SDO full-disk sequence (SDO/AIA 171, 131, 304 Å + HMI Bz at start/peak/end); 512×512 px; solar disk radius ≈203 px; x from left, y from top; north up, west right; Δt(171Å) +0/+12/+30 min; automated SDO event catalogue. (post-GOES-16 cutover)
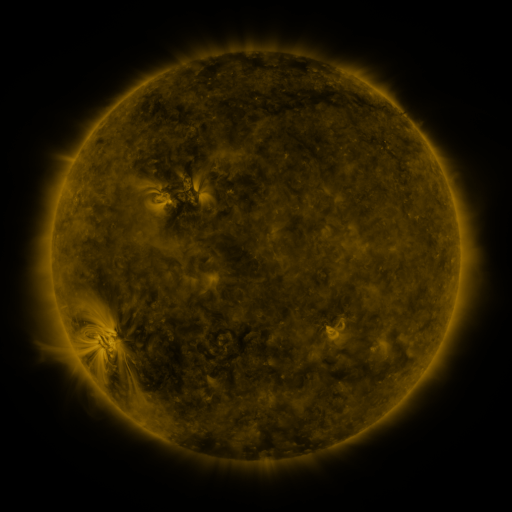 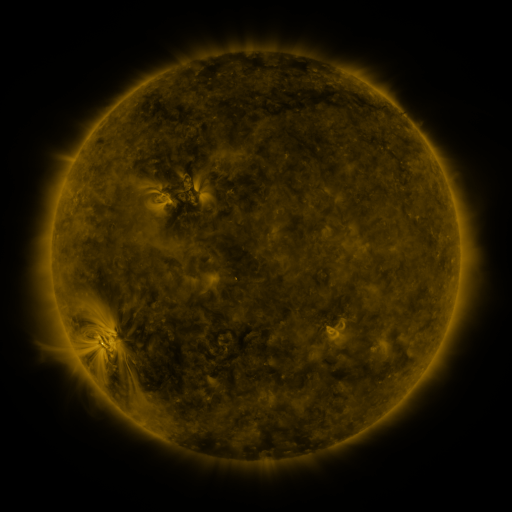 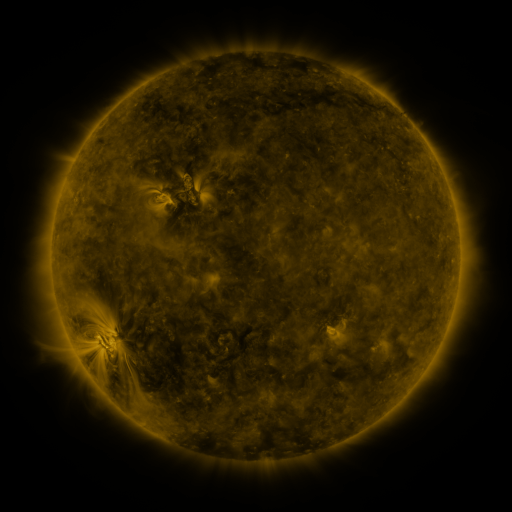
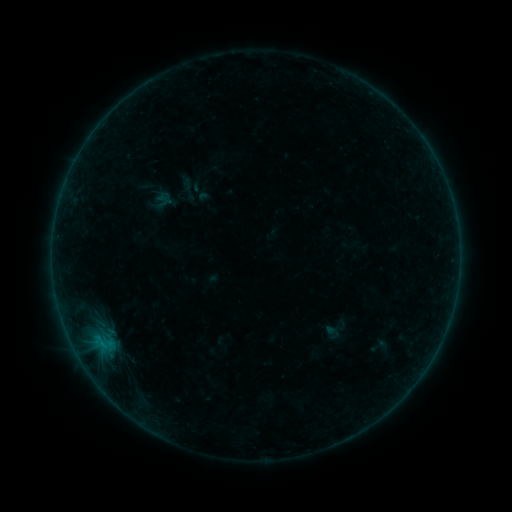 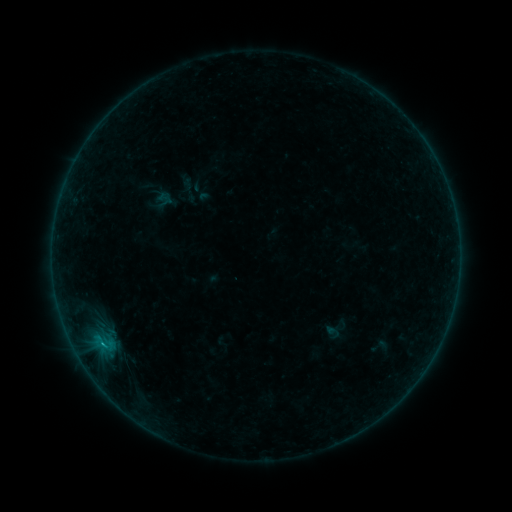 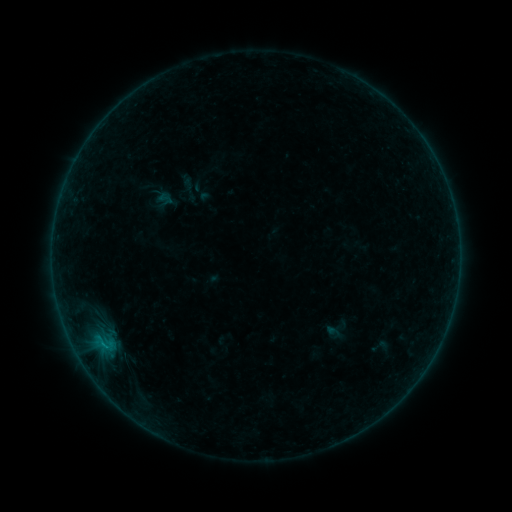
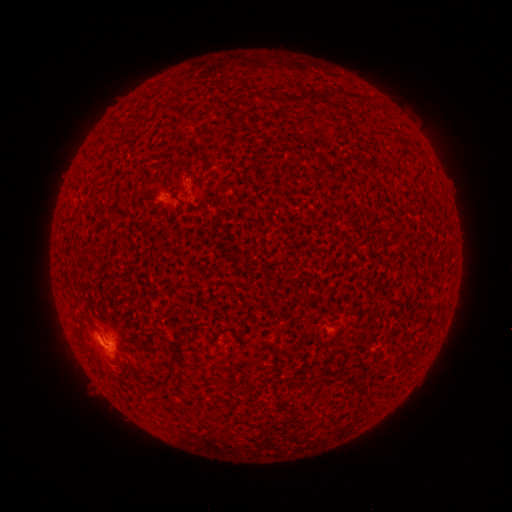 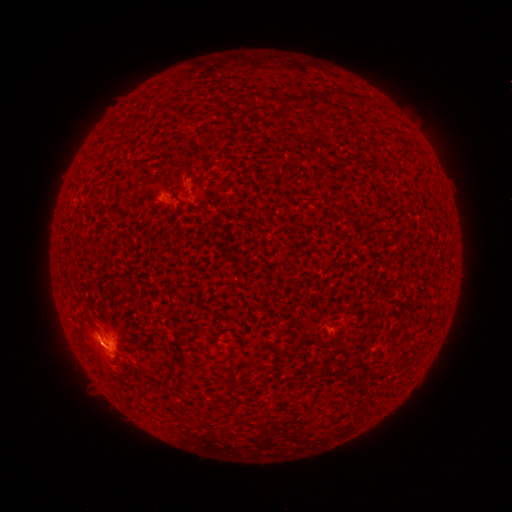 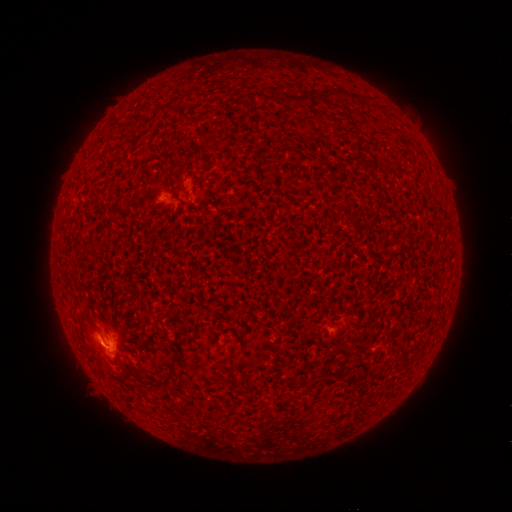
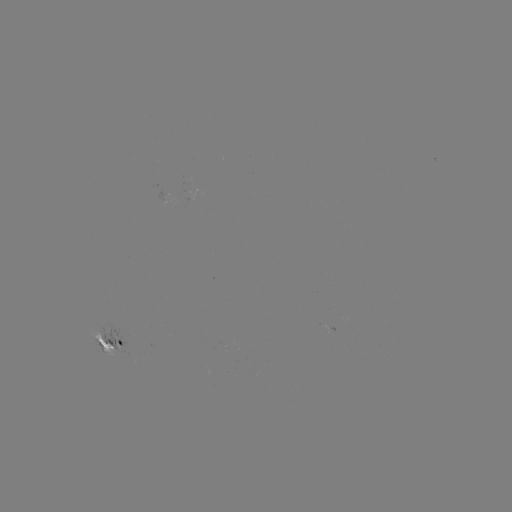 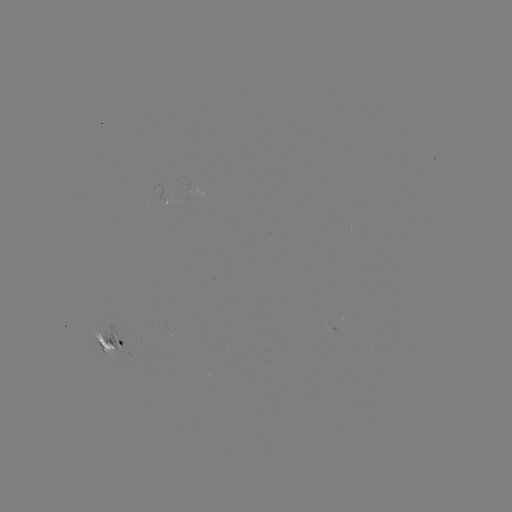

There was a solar flare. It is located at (104, 342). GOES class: B5.3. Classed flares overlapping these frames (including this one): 1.